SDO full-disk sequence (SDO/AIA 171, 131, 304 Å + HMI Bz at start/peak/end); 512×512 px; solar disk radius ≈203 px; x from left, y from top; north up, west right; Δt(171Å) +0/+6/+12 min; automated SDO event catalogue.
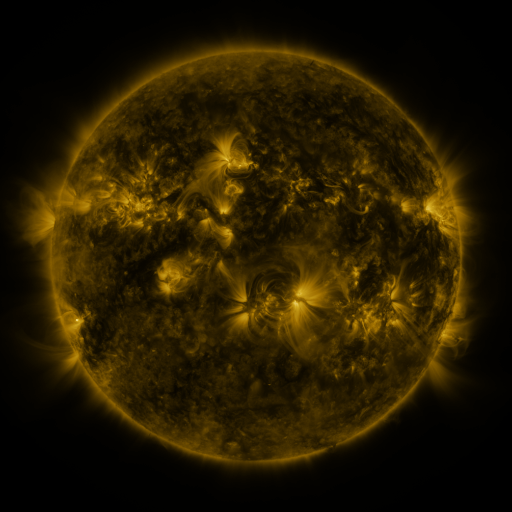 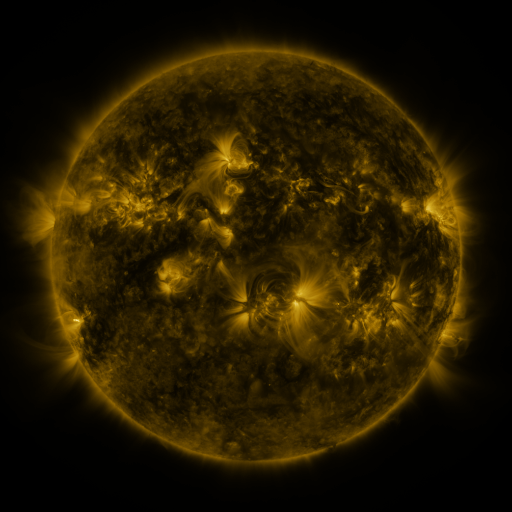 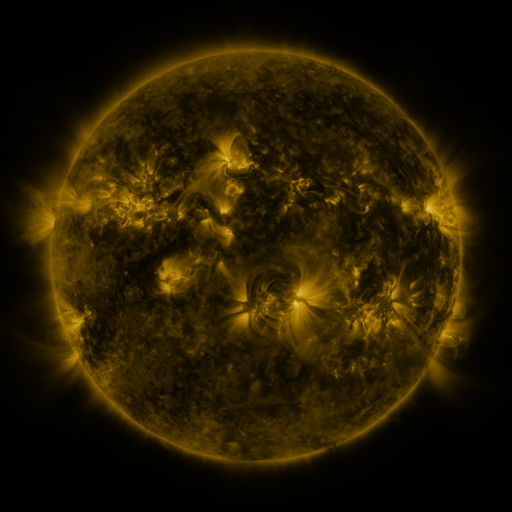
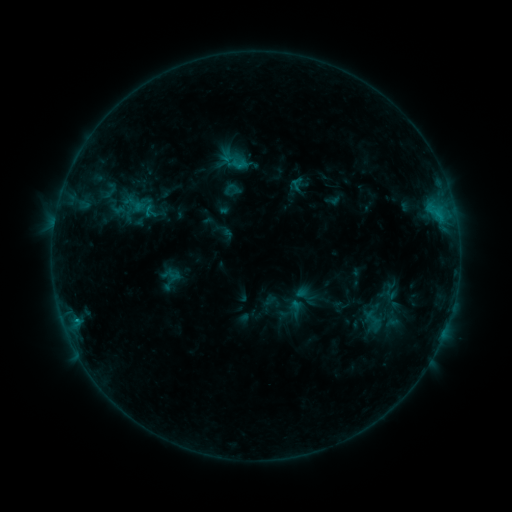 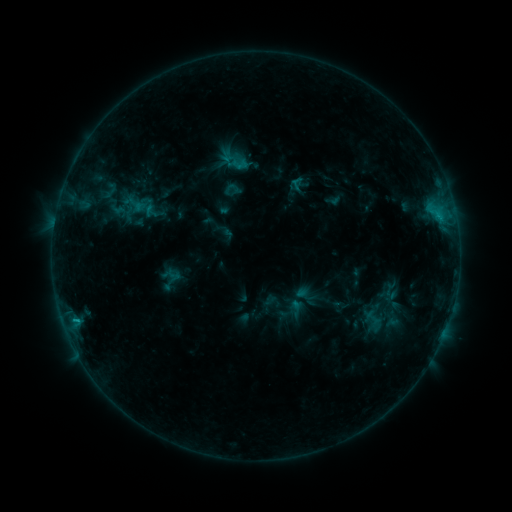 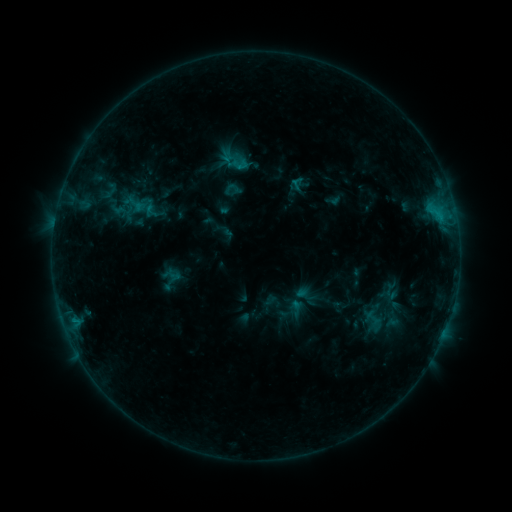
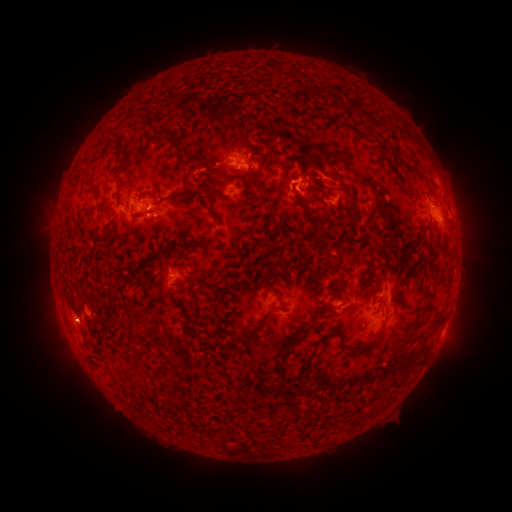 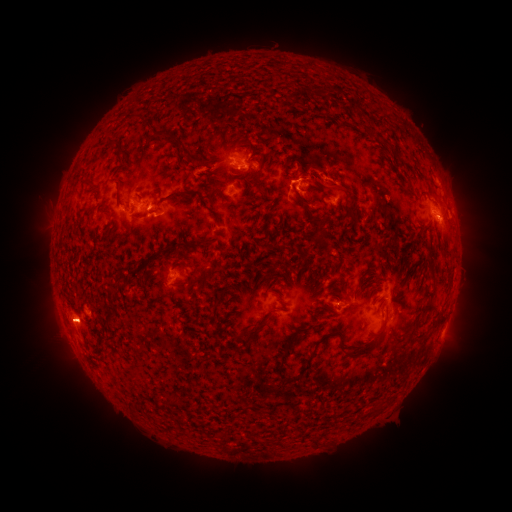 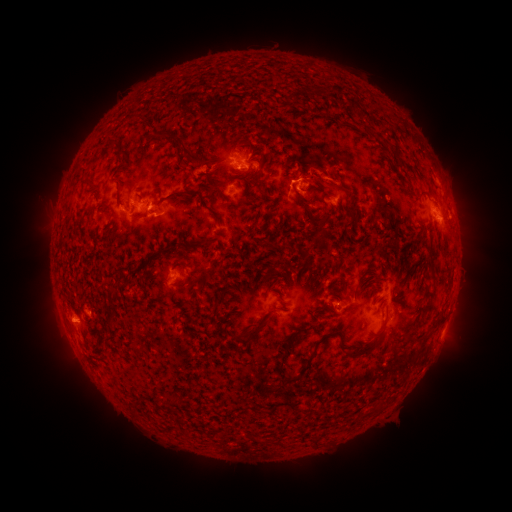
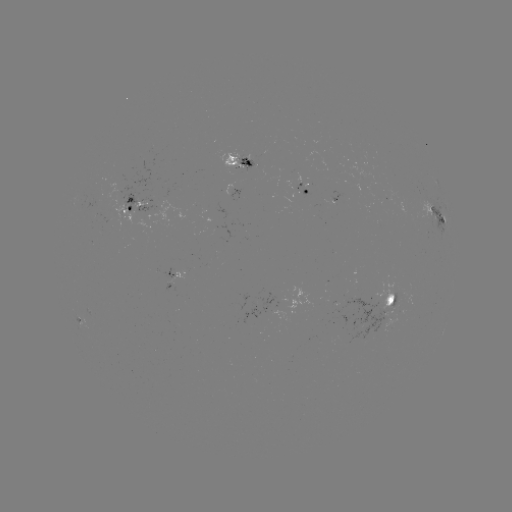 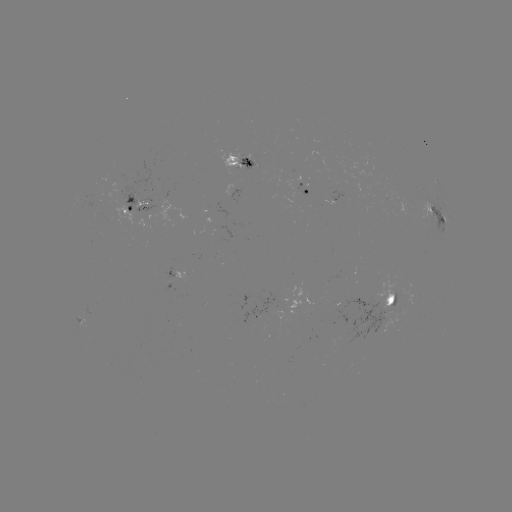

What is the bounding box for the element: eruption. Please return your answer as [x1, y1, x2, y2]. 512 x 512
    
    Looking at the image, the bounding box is [36, 293, 93, 348].